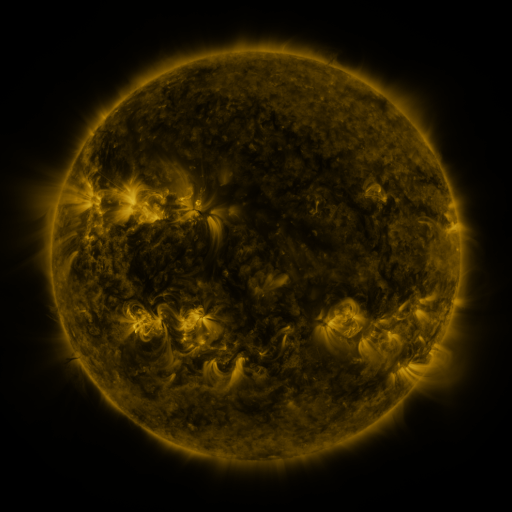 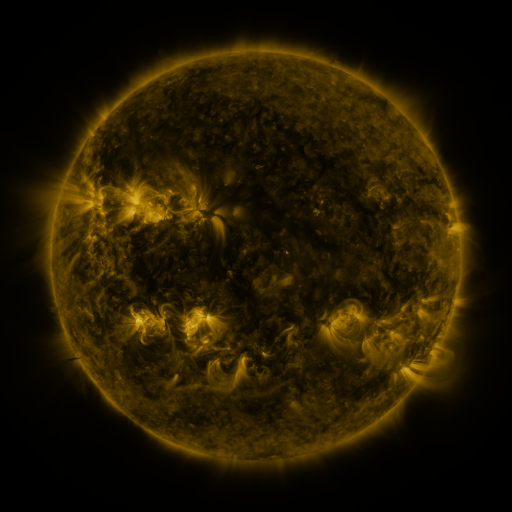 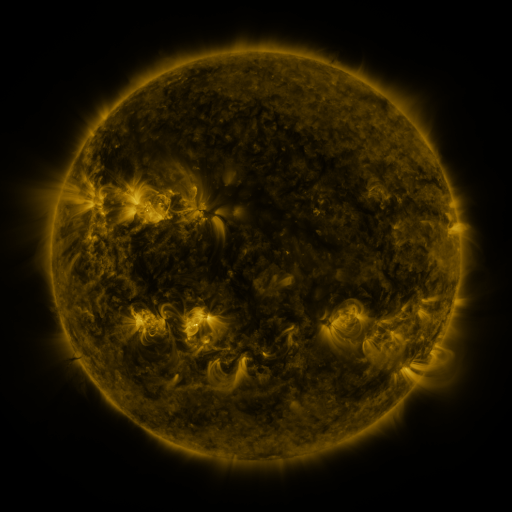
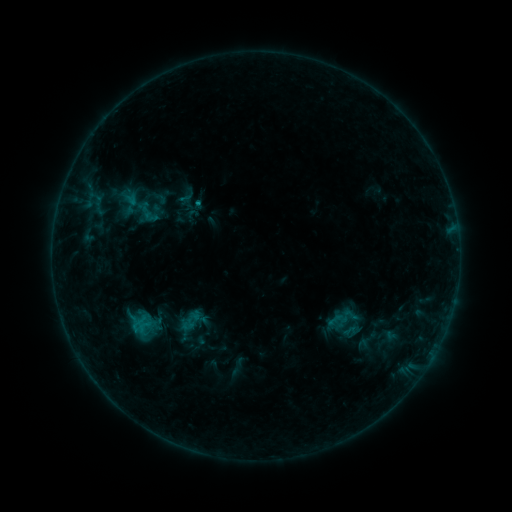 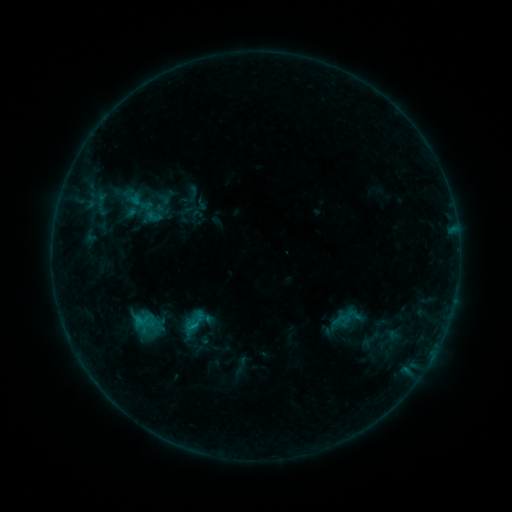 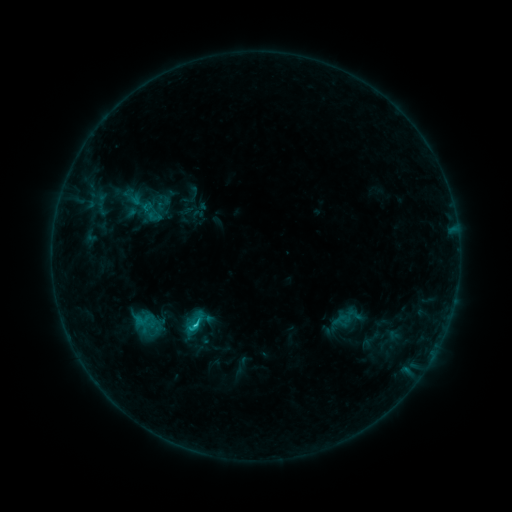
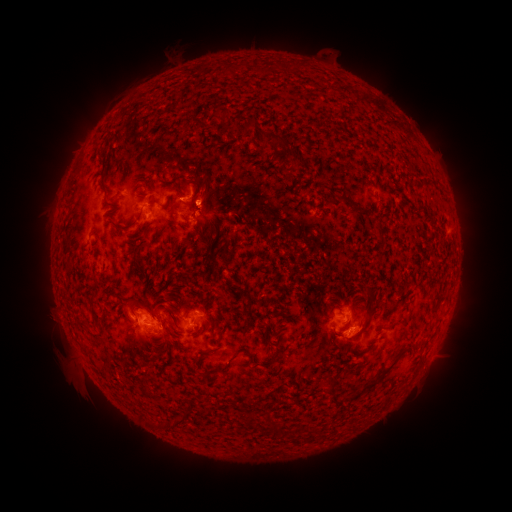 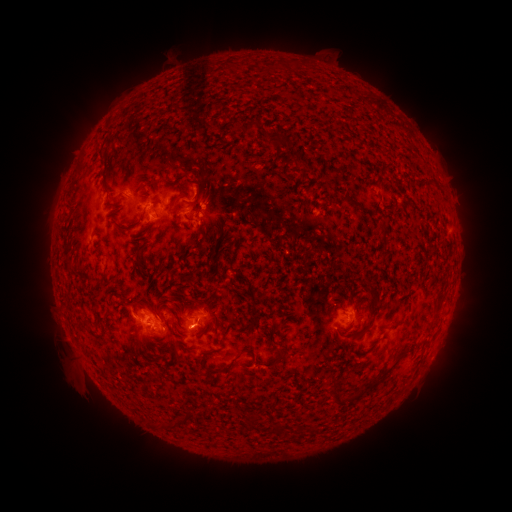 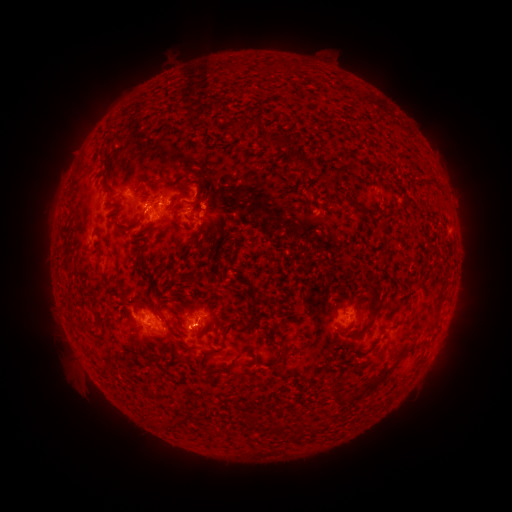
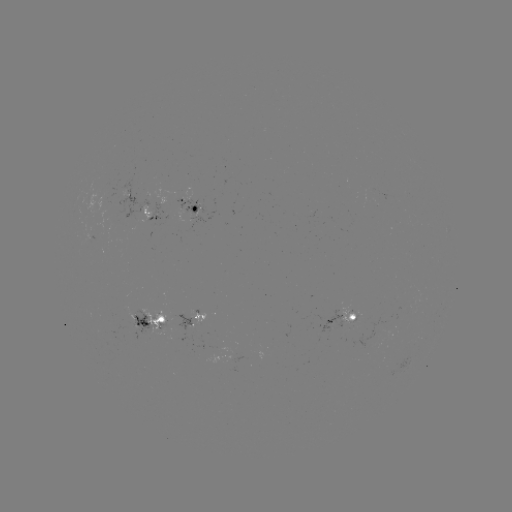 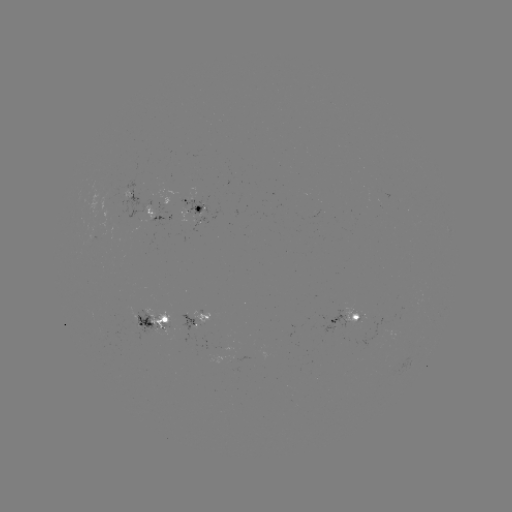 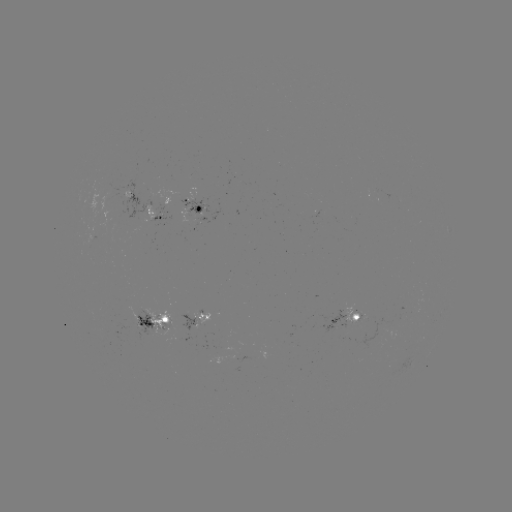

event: emerging-flux region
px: (193, 219)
